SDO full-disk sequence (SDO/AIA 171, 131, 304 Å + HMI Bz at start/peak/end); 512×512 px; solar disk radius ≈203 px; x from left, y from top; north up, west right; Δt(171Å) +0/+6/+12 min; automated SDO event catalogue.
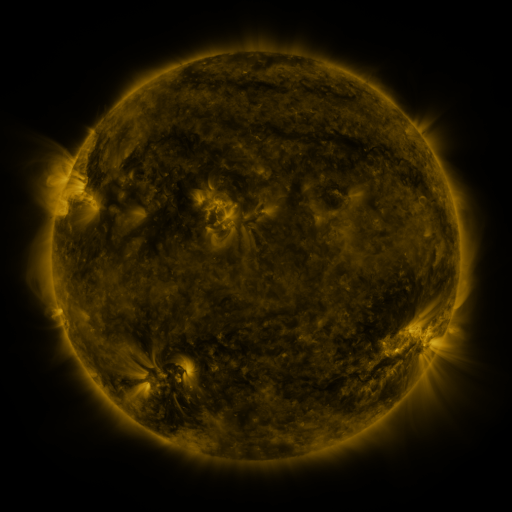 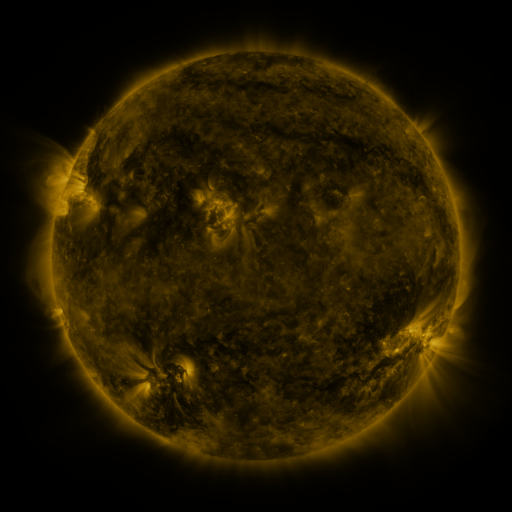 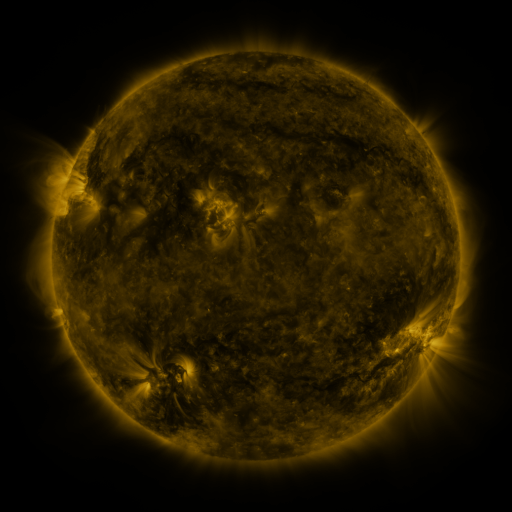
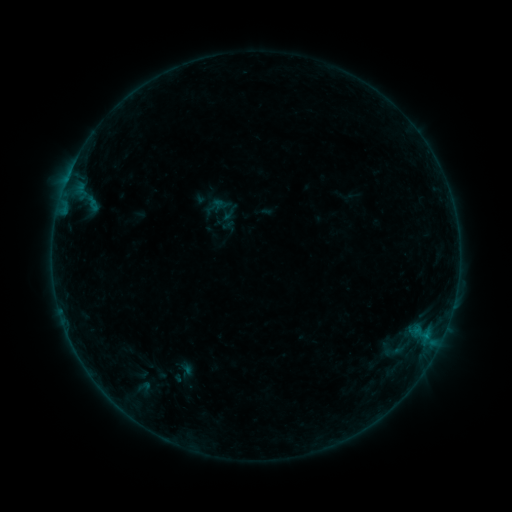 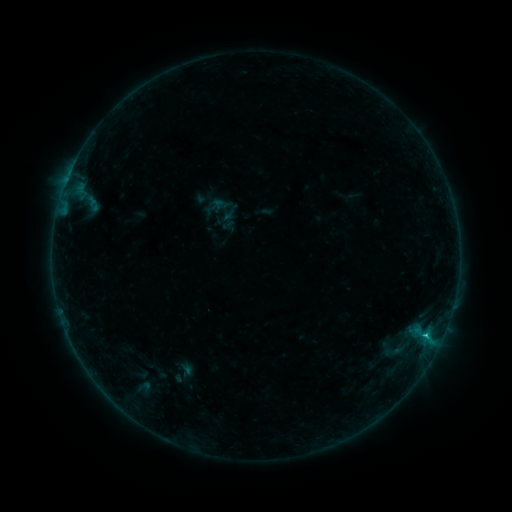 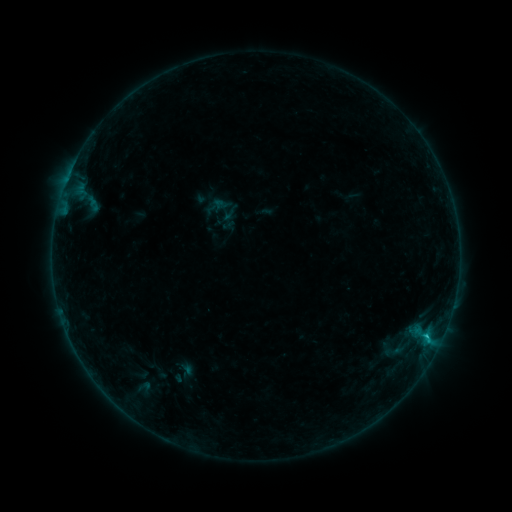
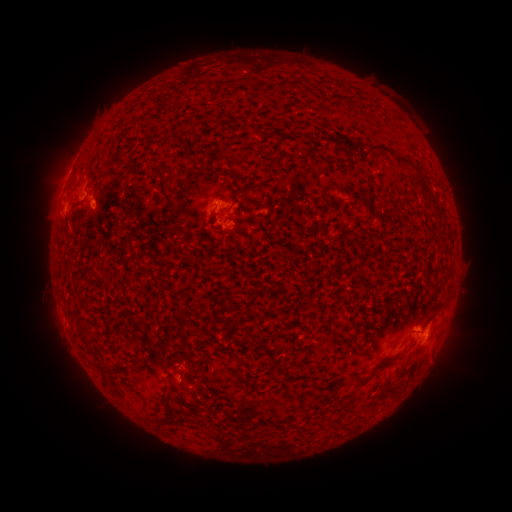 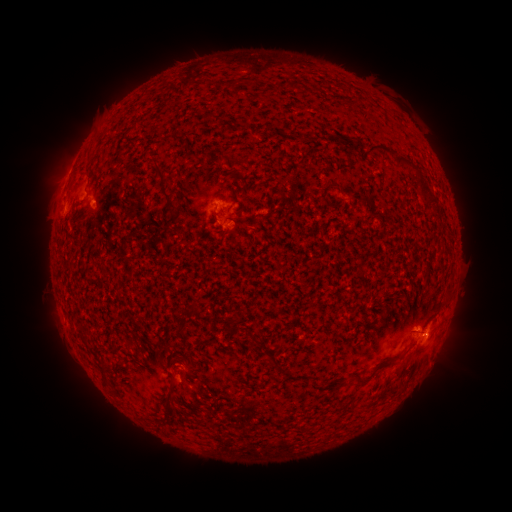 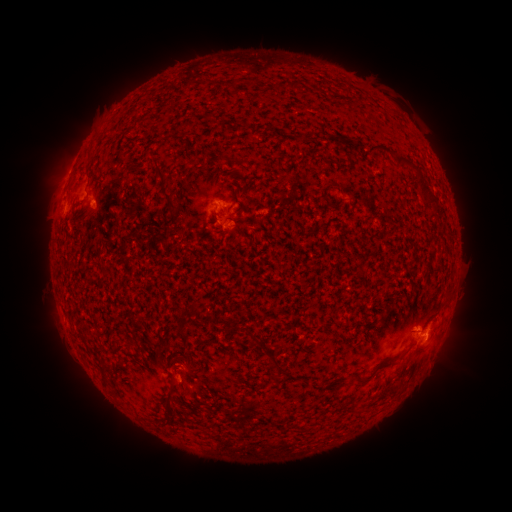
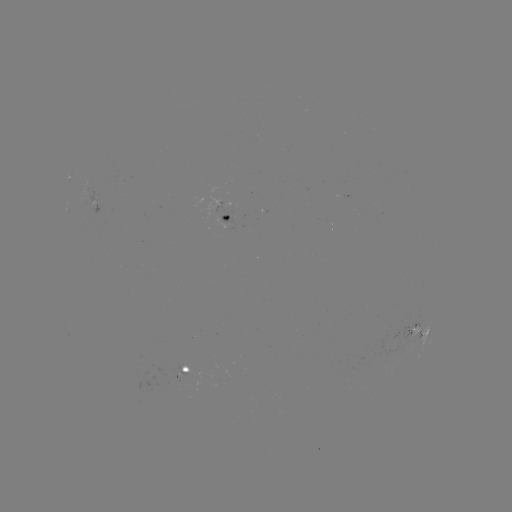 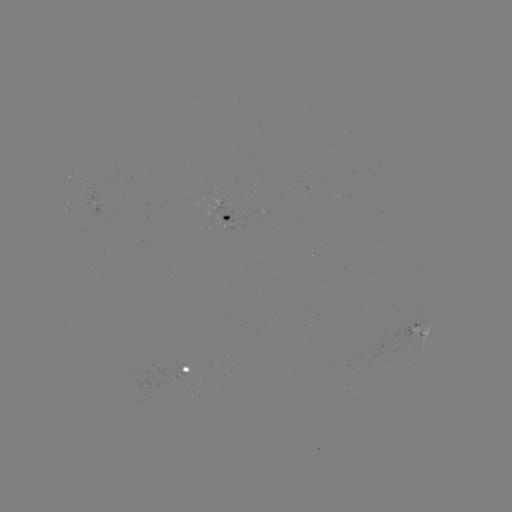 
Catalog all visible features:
B7.3 flare: (425, 336)
